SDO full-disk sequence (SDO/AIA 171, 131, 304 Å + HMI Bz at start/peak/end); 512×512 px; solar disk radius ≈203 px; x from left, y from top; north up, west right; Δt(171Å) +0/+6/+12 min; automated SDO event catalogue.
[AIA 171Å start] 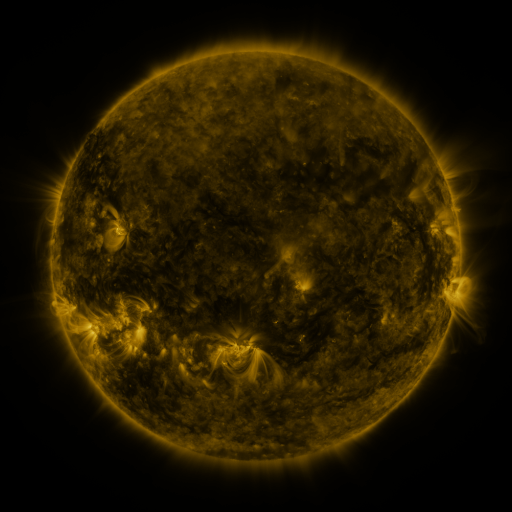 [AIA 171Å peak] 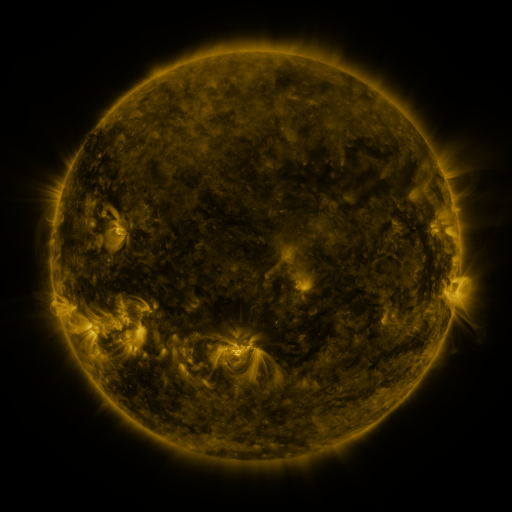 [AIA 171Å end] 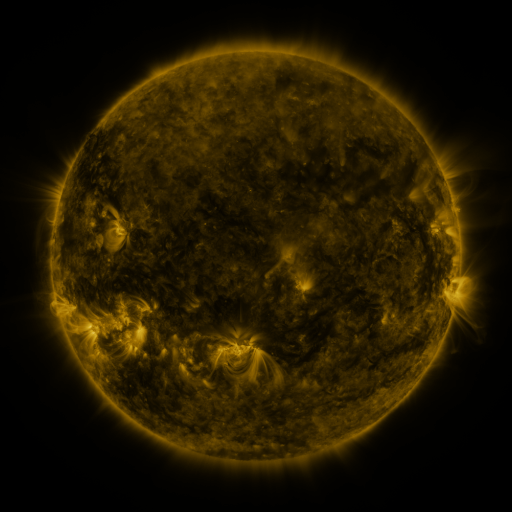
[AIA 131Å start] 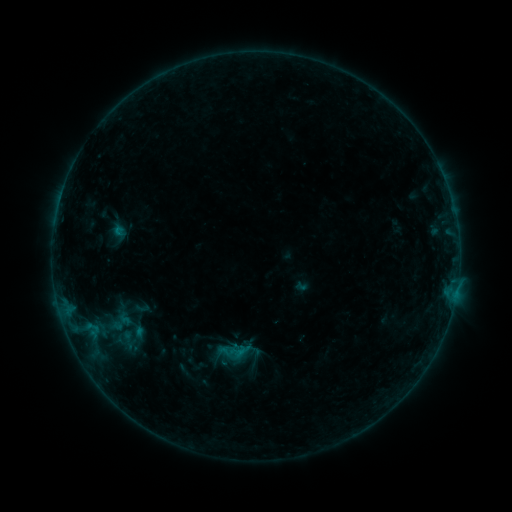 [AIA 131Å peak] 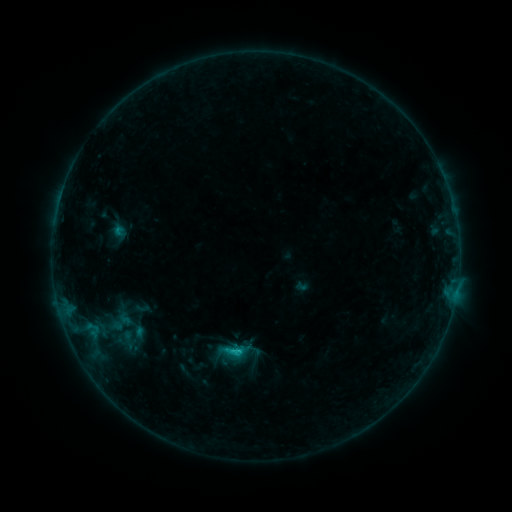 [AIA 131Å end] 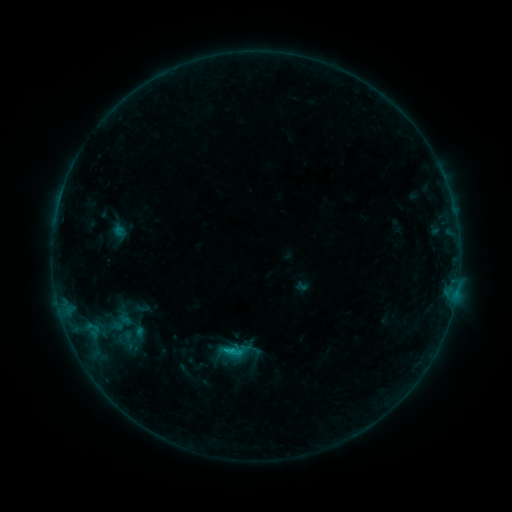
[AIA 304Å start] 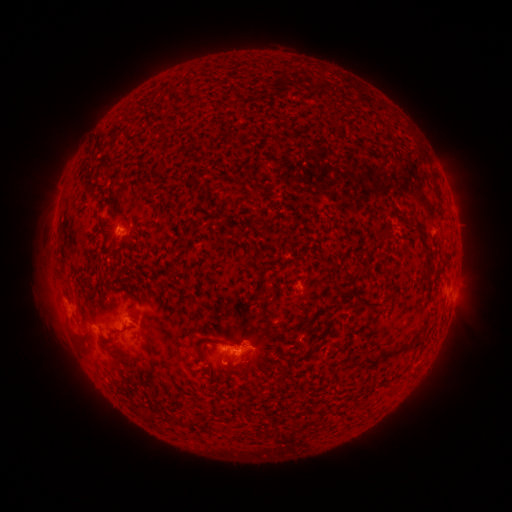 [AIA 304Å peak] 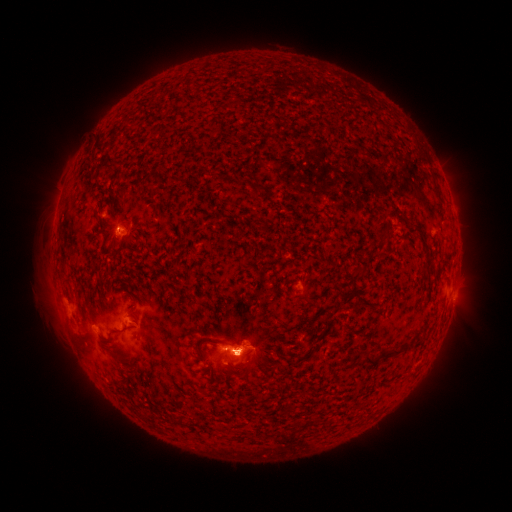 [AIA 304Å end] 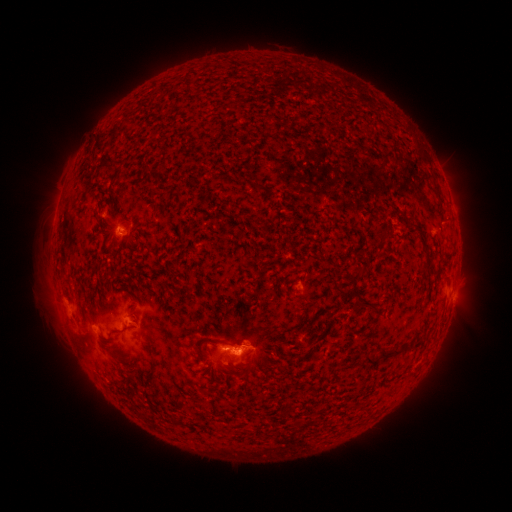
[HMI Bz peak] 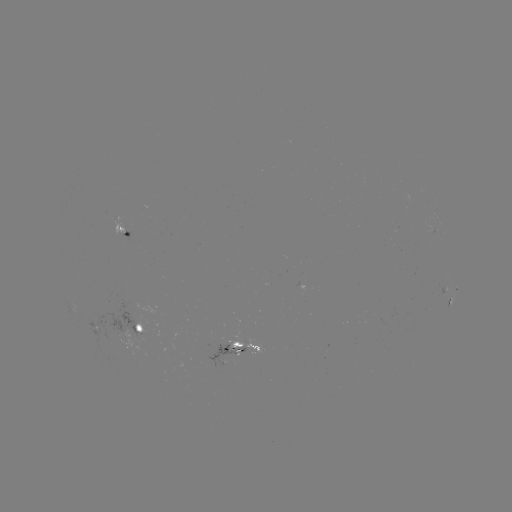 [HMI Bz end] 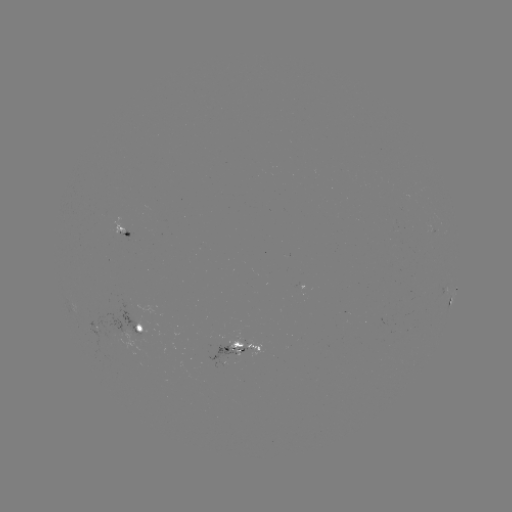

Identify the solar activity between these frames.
B9.3 flare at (239, 349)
